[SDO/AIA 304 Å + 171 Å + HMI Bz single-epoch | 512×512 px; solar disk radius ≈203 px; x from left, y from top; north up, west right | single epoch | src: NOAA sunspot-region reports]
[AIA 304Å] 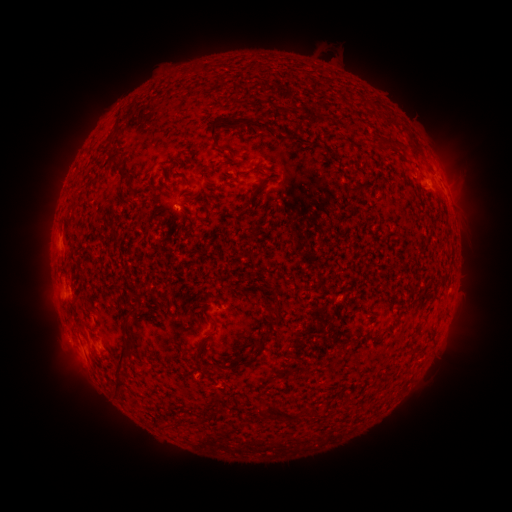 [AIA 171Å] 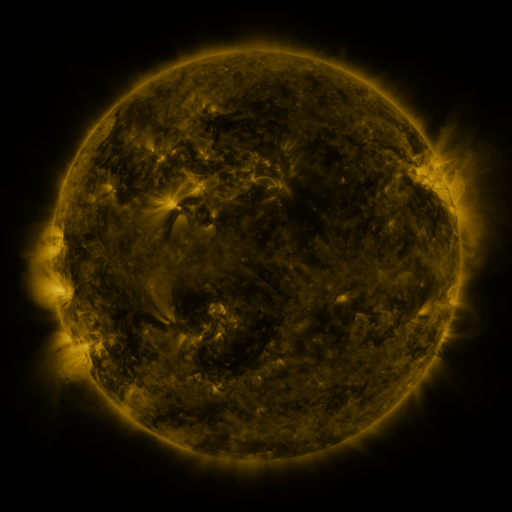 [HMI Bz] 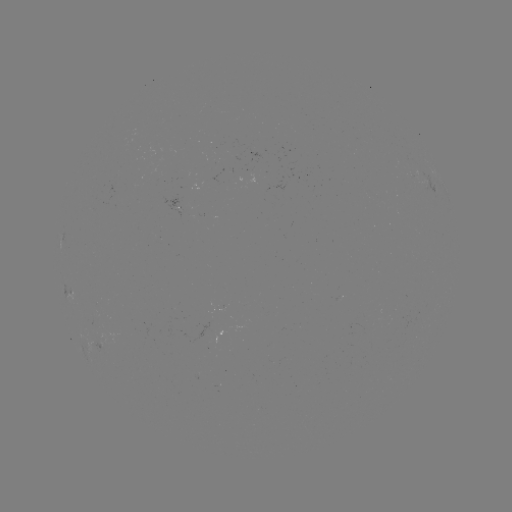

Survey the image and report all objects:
spotted active region: (431, 185)
spotted active region: (69, 294)
